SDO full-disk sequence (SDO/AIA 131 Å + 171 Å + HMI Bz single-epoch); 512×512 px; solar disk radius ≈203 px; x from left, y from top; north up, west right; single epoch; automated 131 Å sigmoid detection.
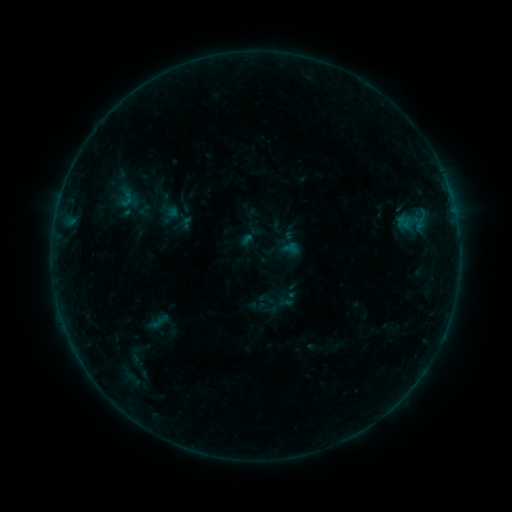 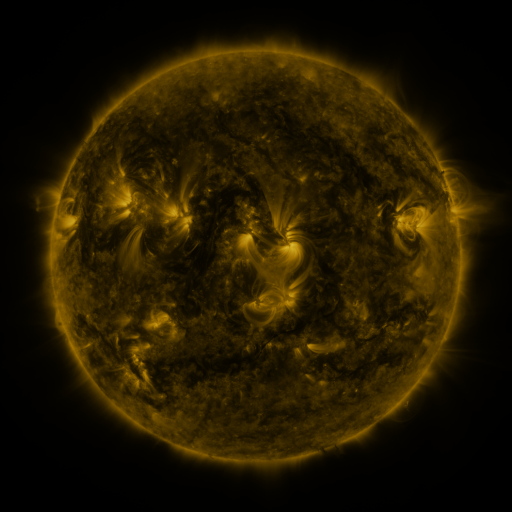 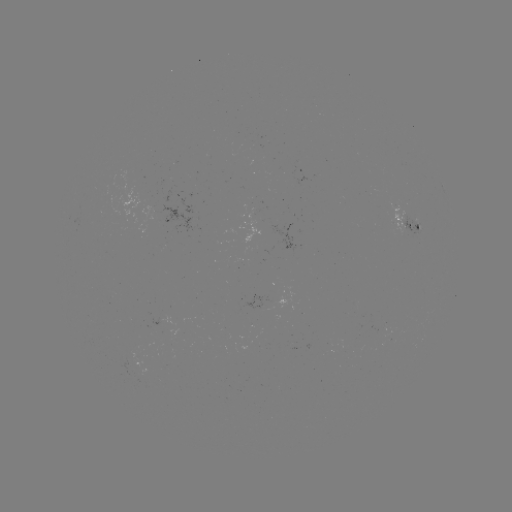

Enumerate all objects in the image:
sigmoid: (126, 198)
sigmoid: (289, 248)
